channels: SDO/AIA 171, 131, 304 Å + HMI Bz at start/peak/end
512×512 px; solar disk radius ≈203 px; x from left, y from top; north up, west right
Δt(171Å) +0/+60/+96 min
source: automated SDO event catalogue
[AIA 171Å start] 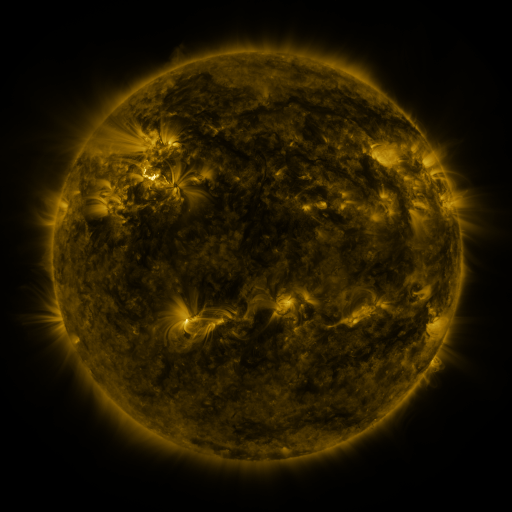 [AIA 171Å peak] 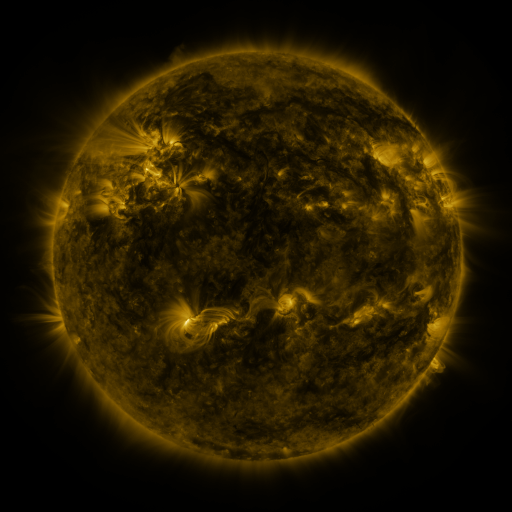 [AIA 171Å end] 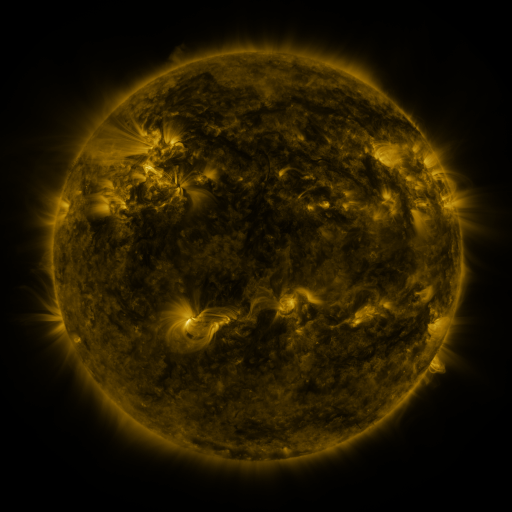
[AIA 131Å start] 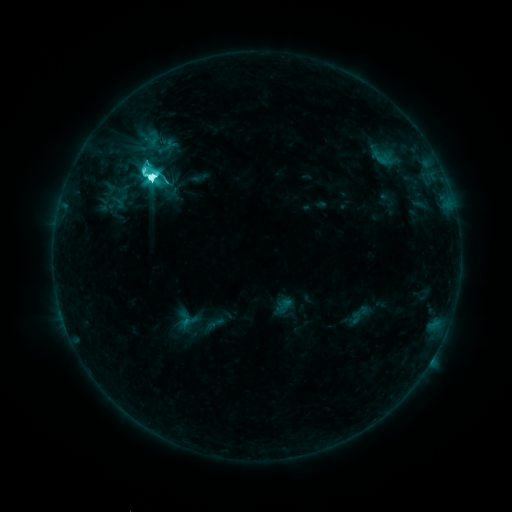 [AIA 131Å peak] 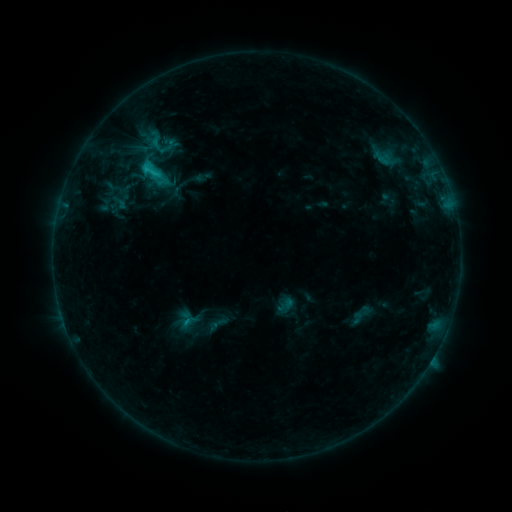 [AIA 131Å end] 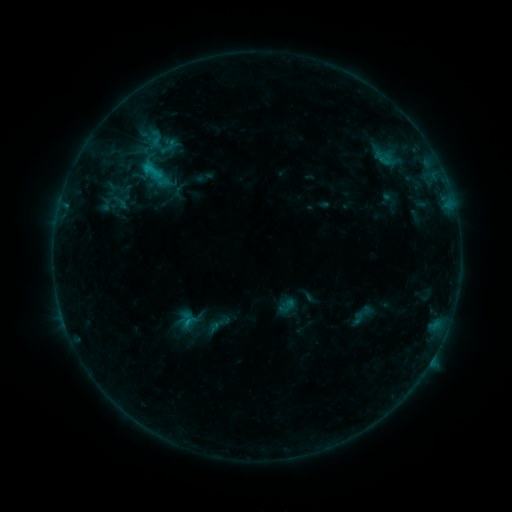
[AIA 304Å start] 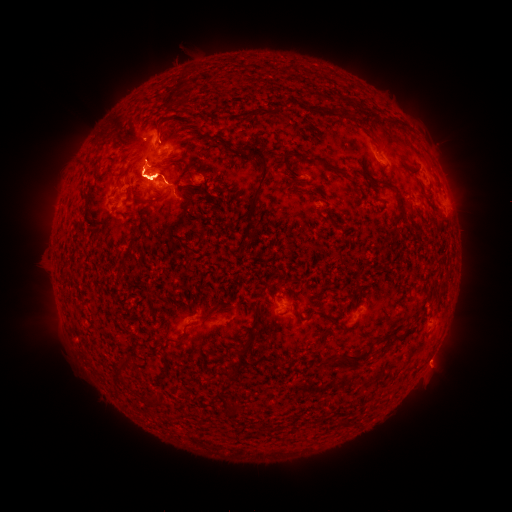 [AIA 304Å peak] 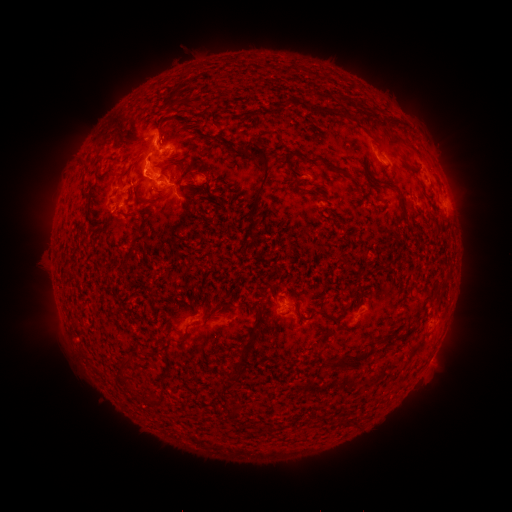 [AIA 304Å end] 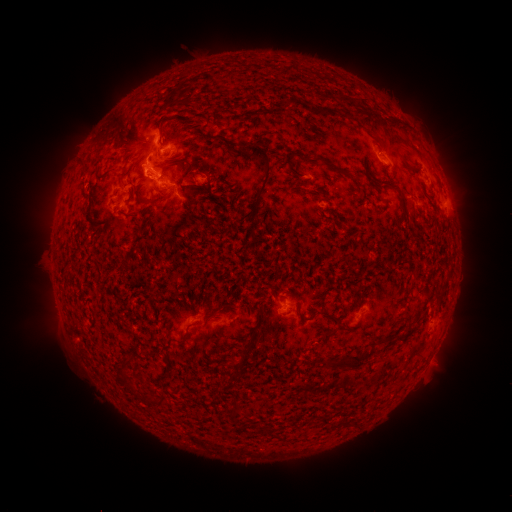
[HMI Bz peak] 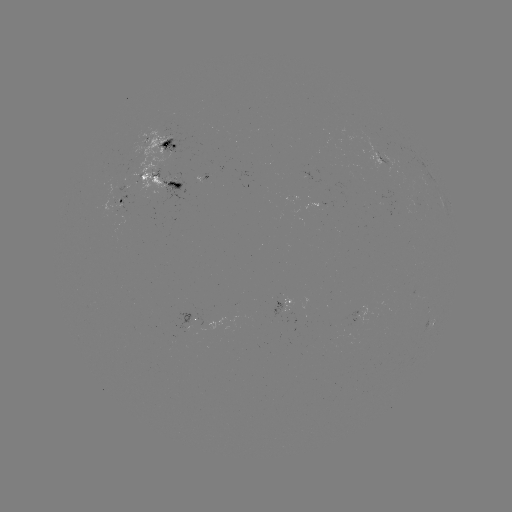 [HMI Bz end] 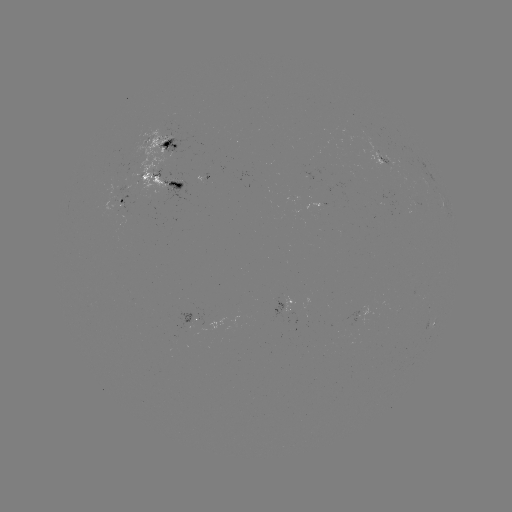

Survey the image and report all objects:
emerging-flux region: (197, 320)
